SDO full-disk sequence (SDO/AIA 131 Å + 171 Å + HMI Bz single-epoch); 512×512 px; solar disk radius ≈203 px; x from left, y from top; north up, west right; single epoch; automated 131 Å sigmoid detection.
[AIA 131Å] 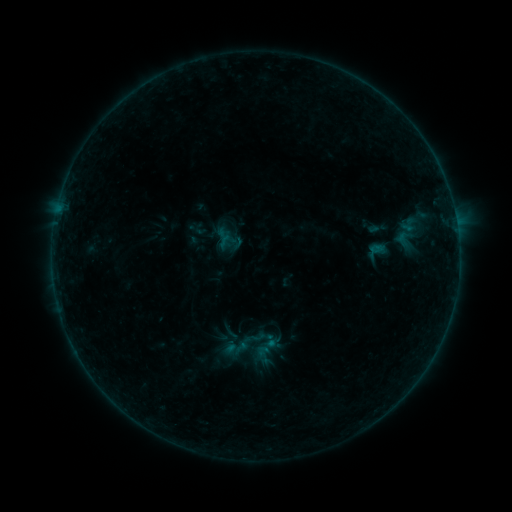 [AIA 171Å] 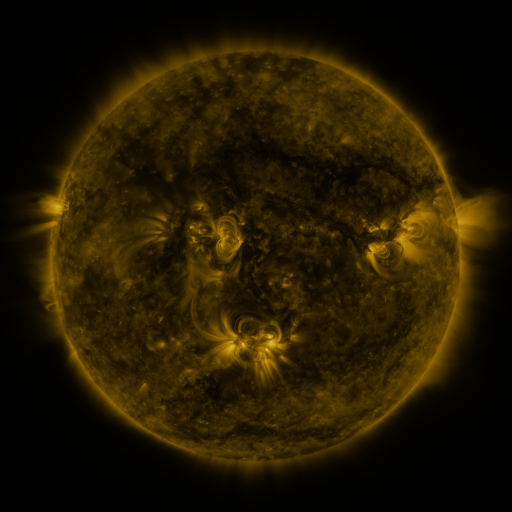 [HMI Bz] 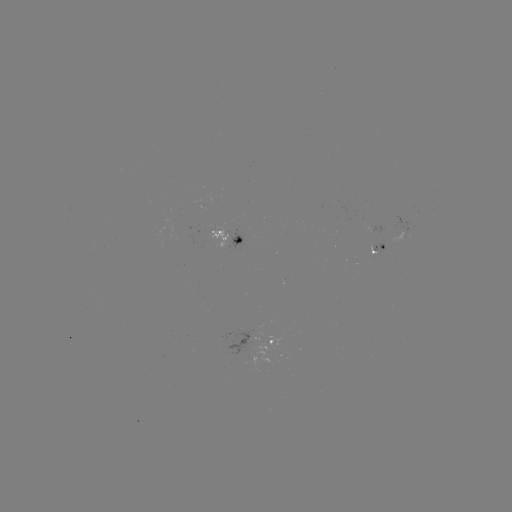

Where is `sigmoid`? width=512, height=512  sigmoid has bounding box [244, 326, 282, 363].